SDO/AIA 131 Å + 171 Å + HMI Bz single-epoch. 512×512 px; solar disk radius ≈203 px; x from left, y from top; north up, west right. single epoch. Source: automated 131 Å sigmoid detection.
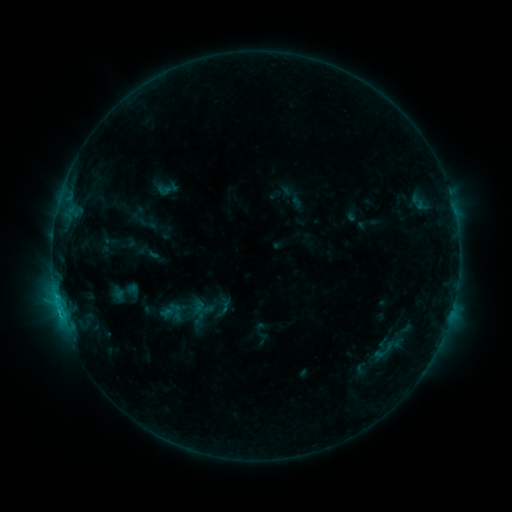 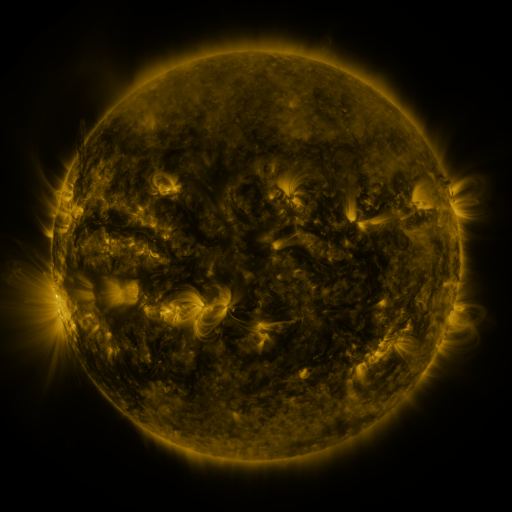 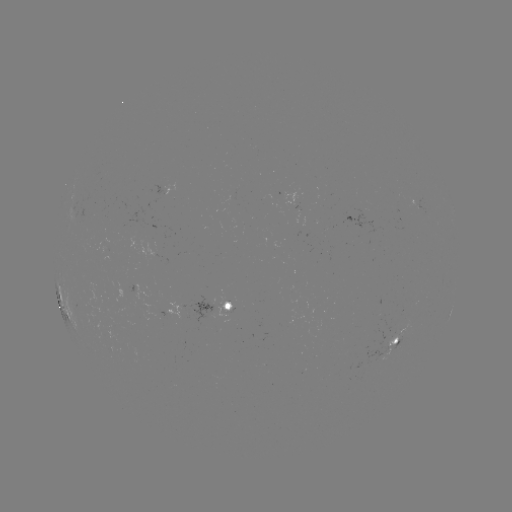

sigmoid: (157, 183, 171, 198)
